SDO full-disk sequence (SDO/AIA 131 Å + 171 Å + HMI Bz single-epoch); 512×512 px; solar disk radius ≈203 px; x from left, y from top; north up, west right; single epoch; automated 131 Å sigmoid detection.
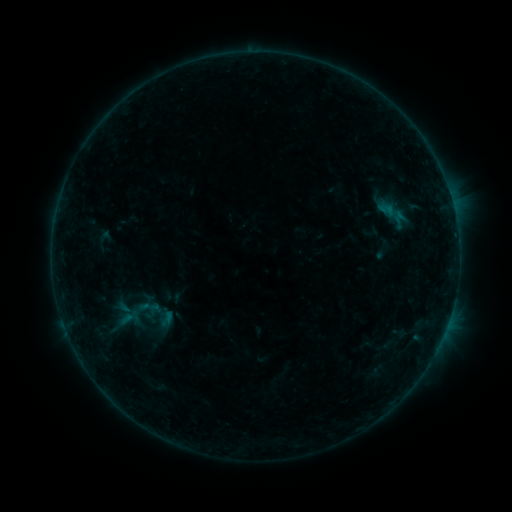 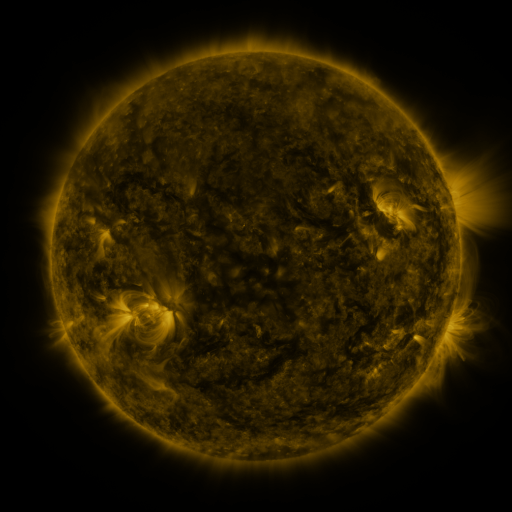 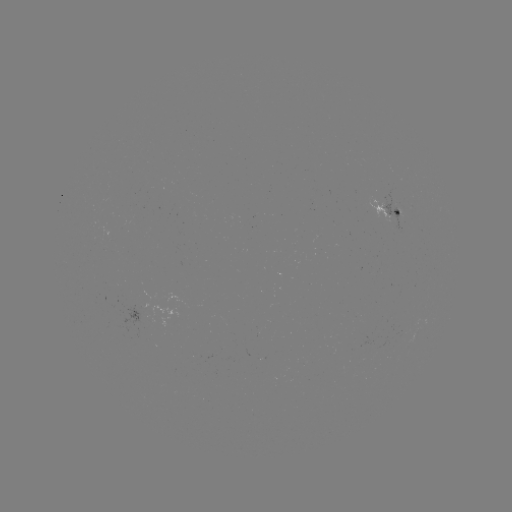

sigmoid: [135, 295, 159, 319]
